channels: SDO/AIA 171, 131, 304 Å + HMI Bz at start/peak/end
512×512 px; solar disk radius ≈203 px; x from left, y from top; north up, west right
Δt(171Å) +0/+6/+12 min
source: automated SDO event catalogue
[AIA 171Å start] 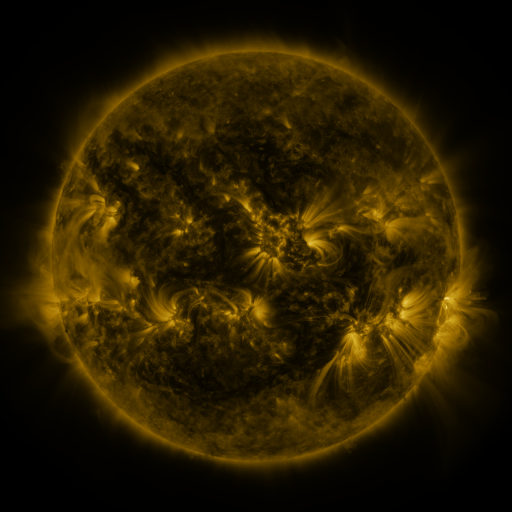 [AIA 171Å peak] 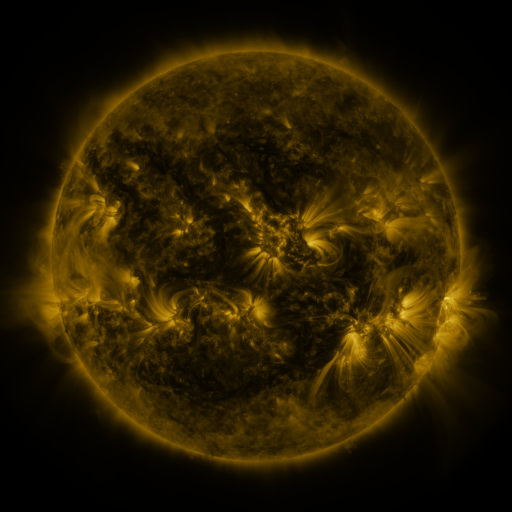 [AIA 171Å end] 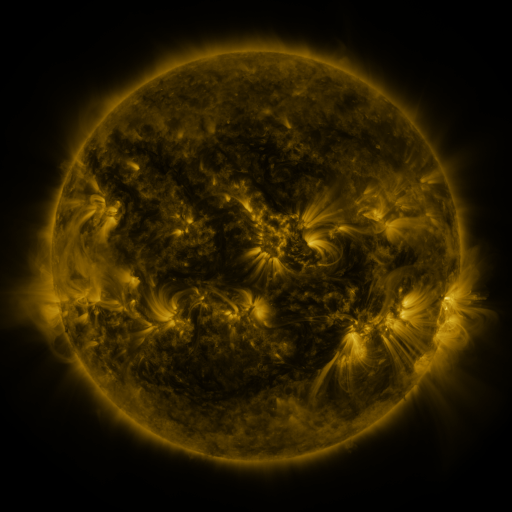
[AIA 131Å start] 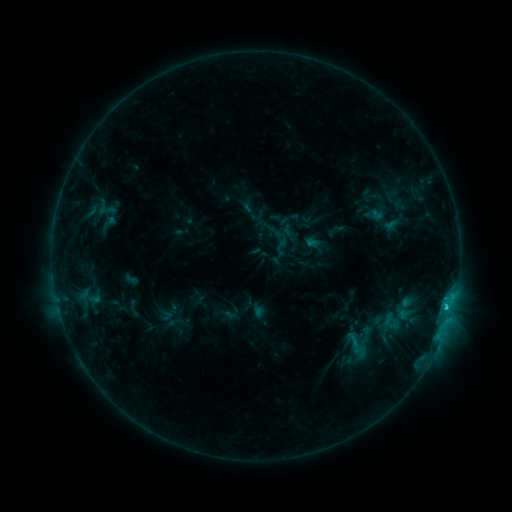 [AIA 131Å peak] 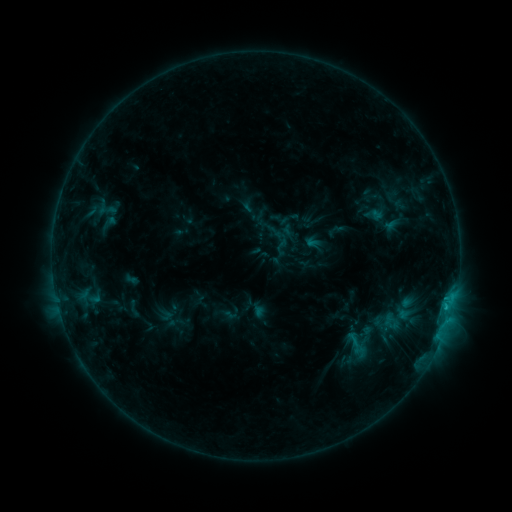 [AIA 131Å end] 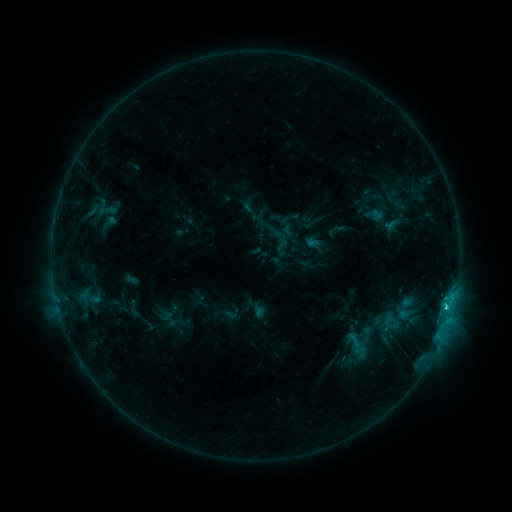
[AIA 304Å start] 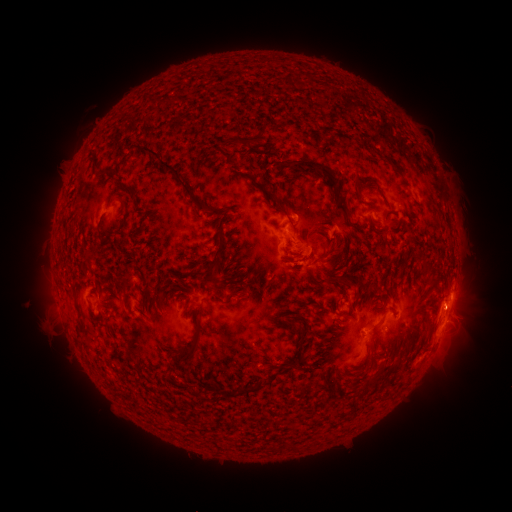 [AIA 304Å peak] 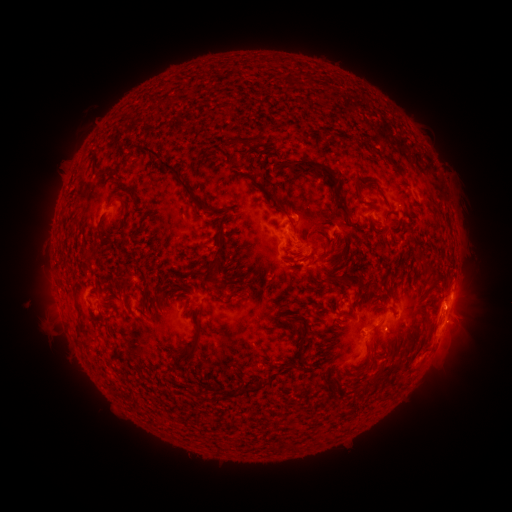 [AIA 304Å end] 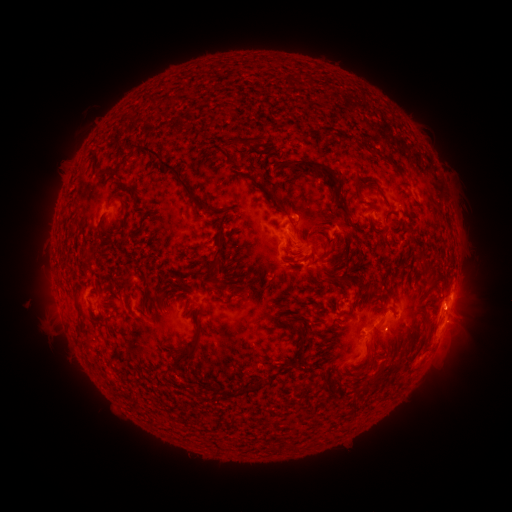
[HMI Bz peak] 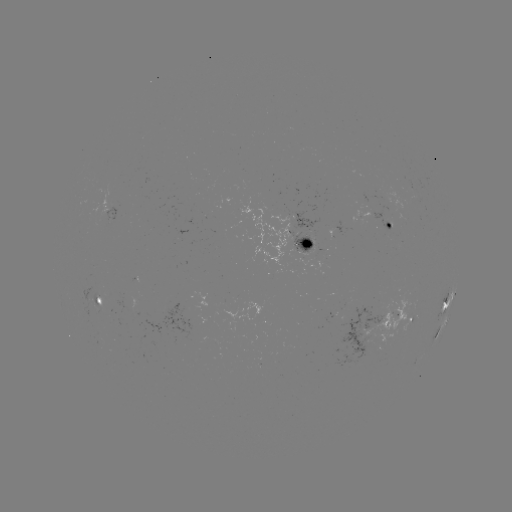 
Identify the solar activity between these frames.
C1.6 flare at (446, 303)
